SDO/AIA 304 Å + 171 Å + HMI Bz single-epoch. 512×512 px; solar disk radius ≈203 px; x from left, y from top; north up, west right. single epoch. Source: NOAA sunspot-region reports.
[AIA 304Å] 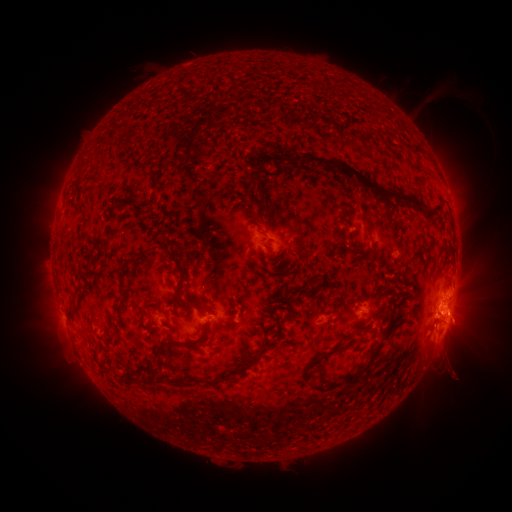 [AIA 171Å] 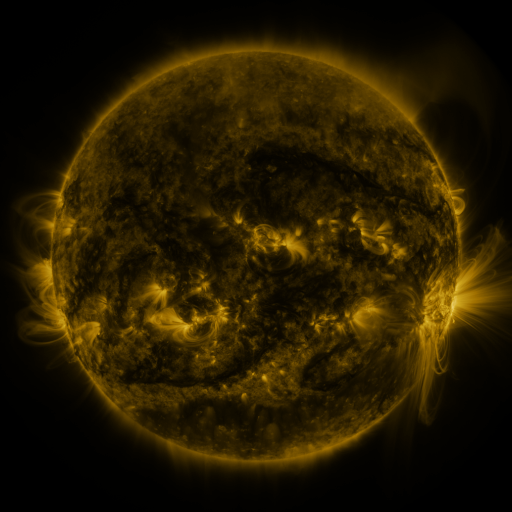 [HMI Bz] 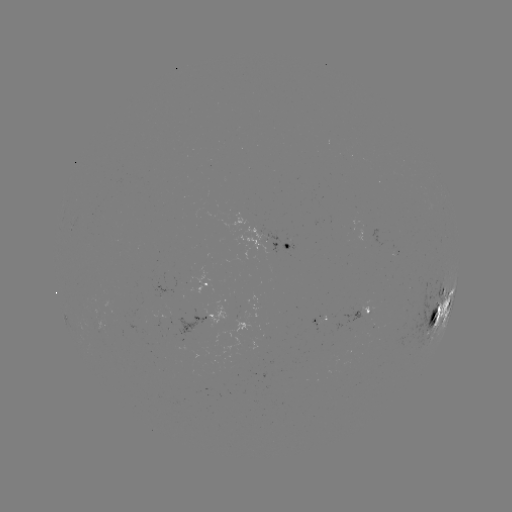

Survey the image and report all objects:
spotted active region: (280, 244)
spotted active region: (213, 282)
spotted active region: (443, 306)
spotted active region: (373, 308)
spotted active region: (221, 314)
spotted active region: (317, 320)
